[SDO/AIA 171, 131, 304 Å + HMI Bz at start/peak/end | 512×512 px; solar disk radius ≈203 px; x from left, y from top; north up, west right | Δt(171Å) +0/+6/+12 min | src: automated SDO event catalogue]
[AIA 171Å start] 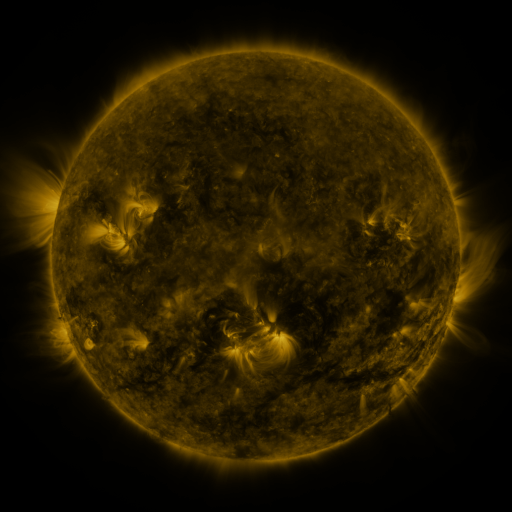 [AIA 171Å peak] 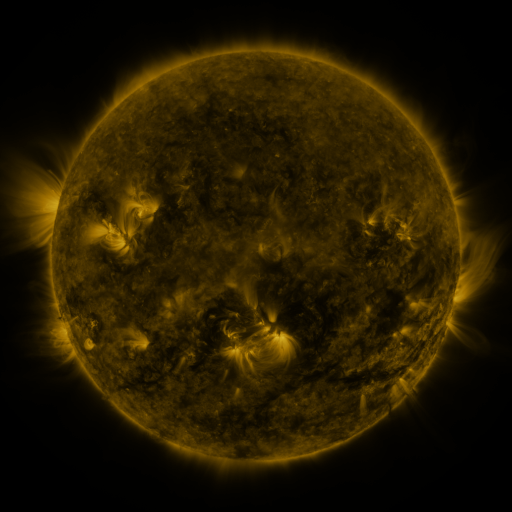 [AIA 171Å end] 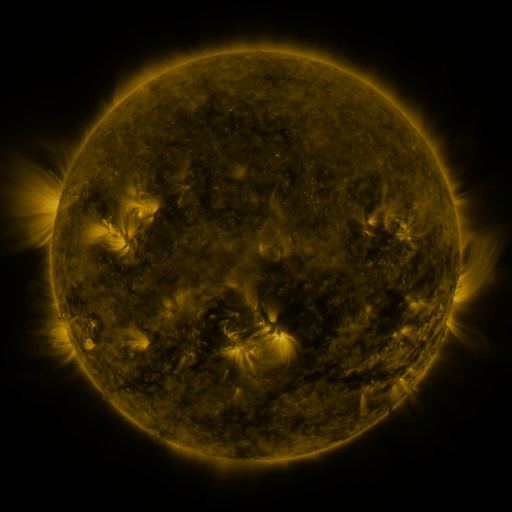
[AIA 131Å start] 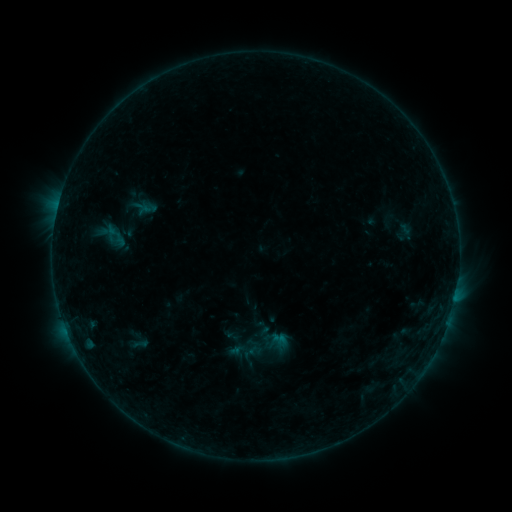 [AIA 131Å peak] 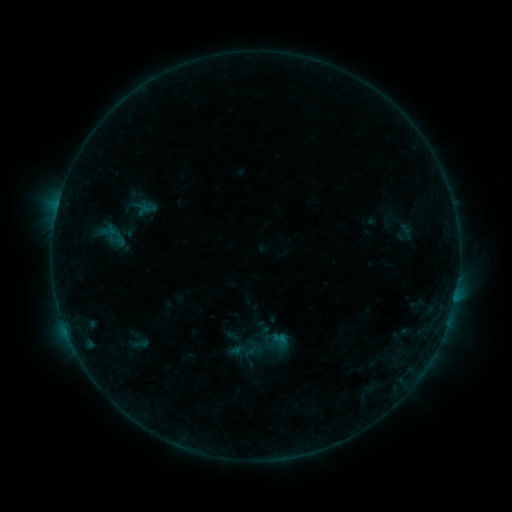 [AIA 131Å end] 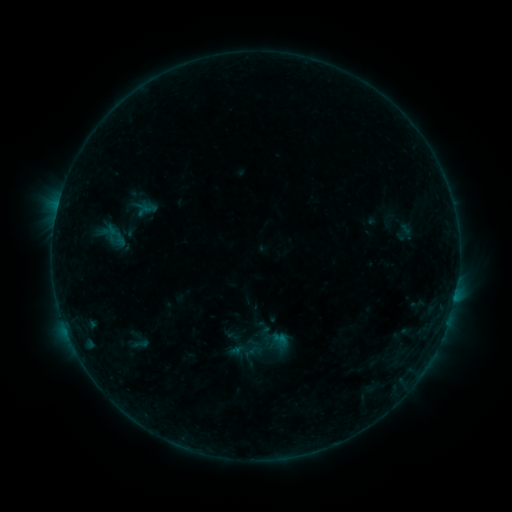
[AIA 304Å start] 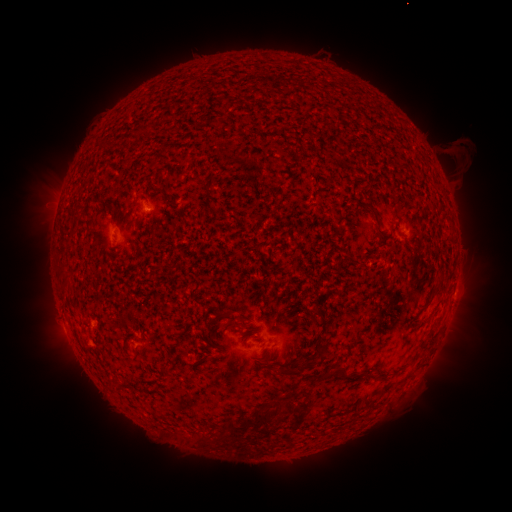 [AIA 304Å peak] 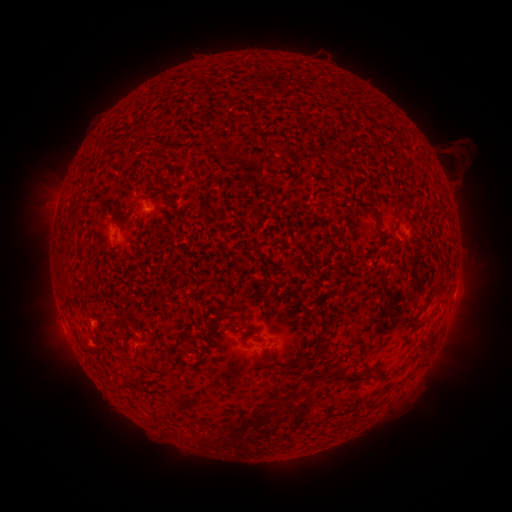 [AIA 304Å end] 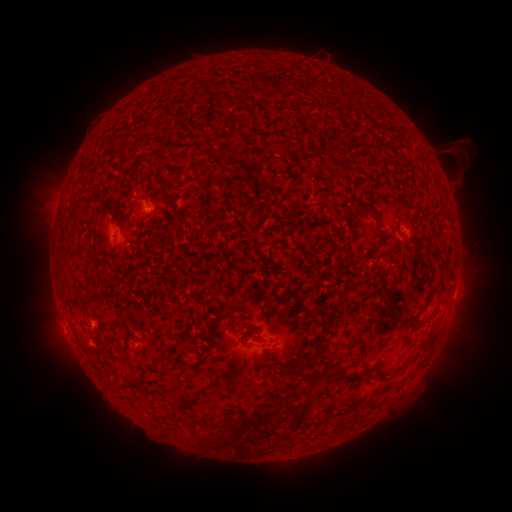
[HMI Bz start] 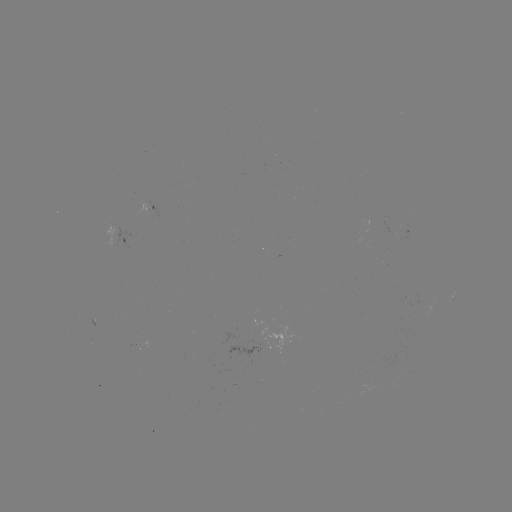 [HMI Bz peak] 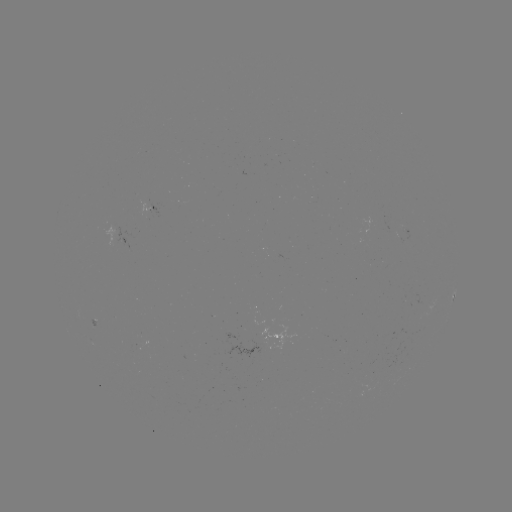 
no classed flare was catalogued and no EUV brightening was flagged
